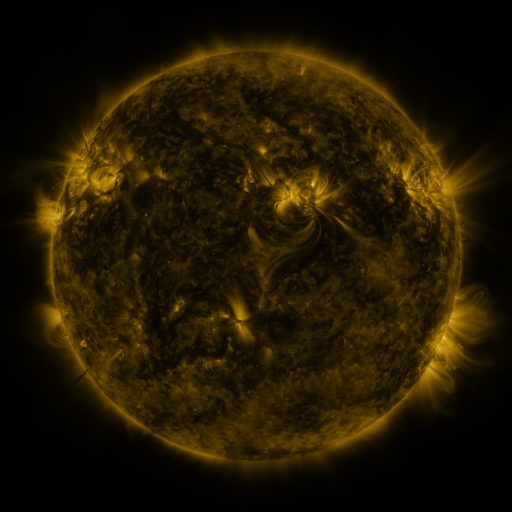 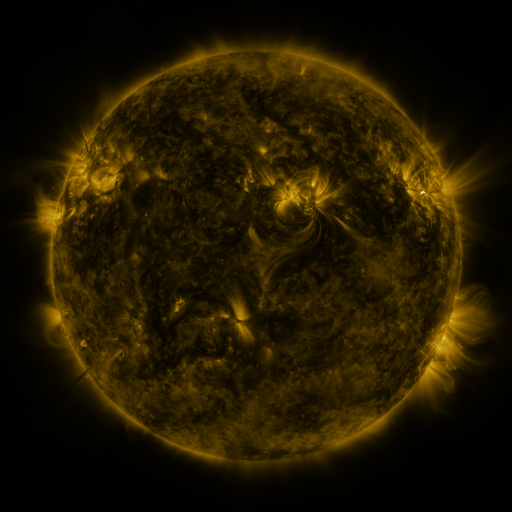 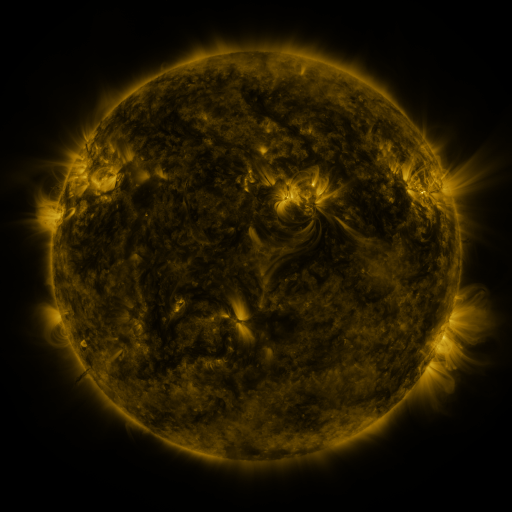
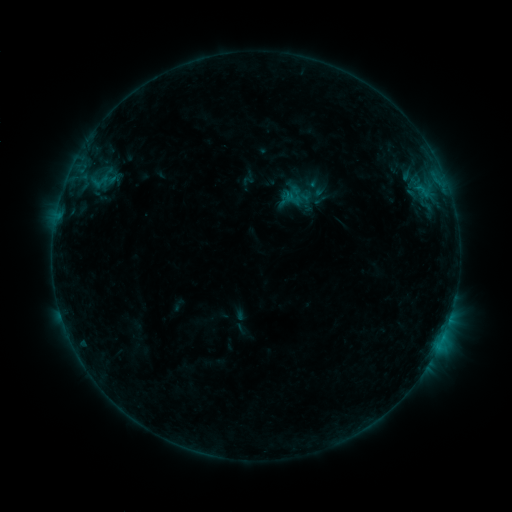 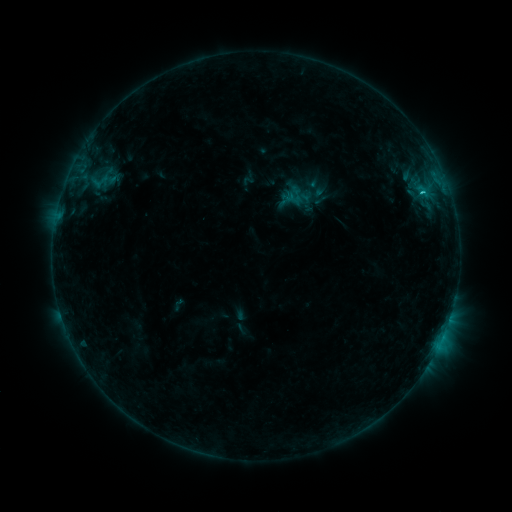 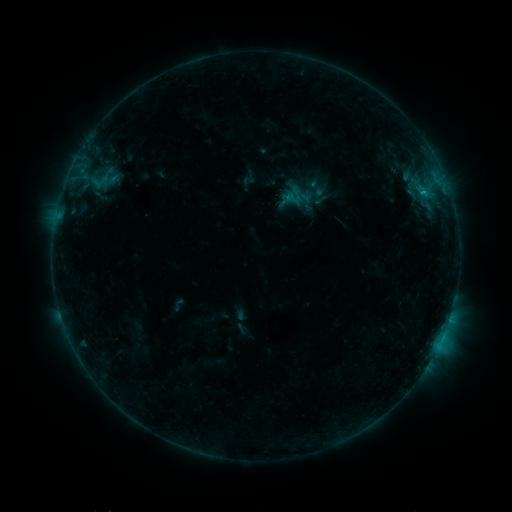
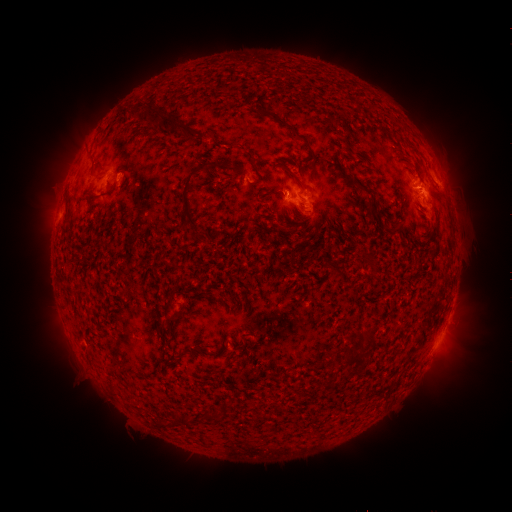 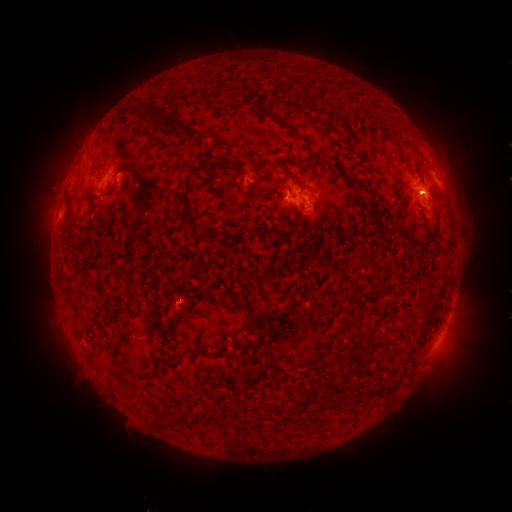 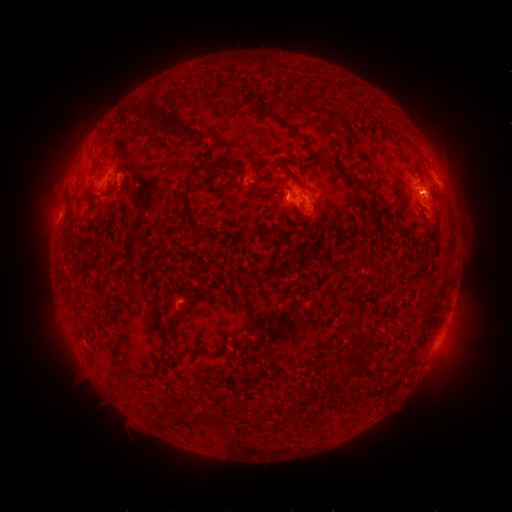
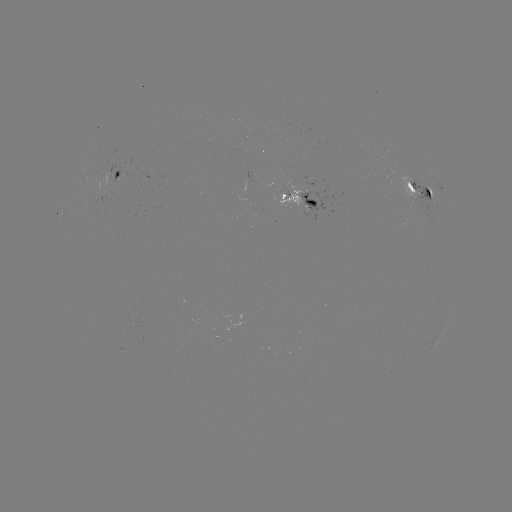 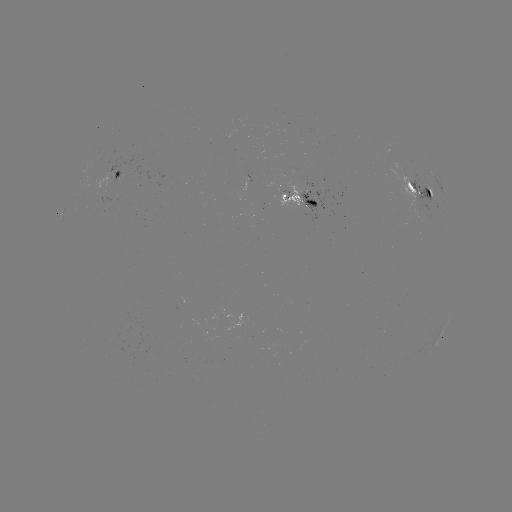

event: flare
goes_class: C1.0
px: (421, 195)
